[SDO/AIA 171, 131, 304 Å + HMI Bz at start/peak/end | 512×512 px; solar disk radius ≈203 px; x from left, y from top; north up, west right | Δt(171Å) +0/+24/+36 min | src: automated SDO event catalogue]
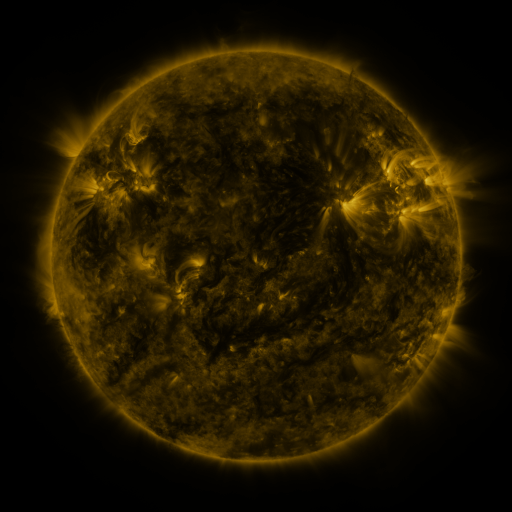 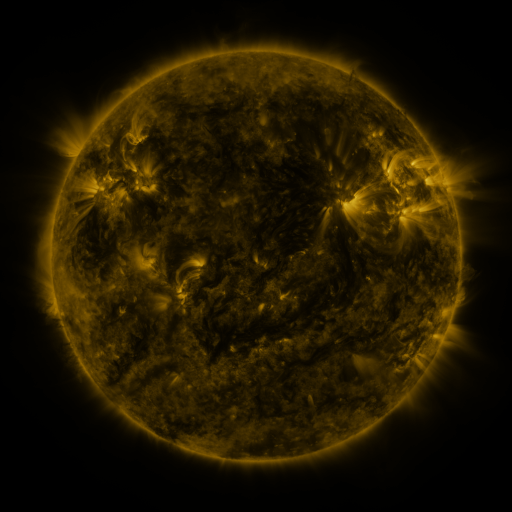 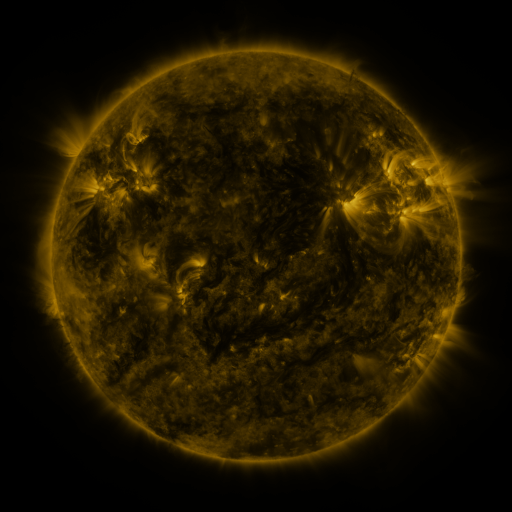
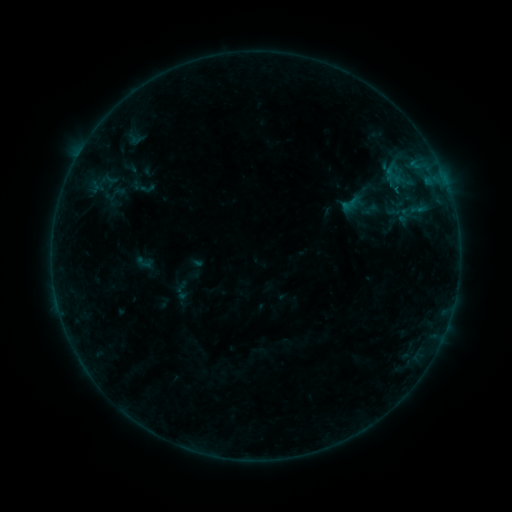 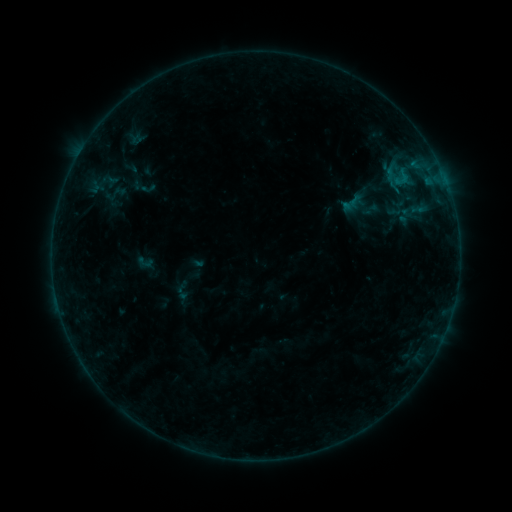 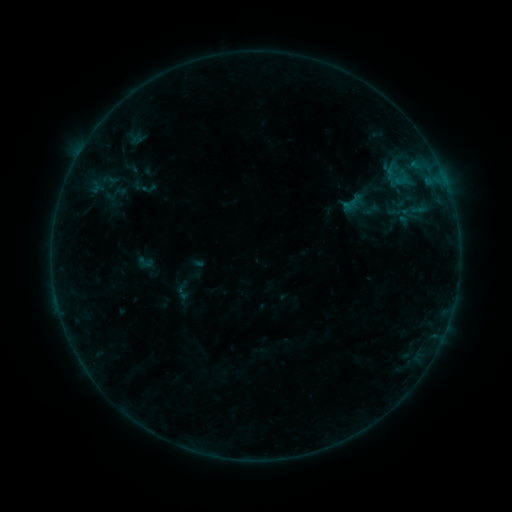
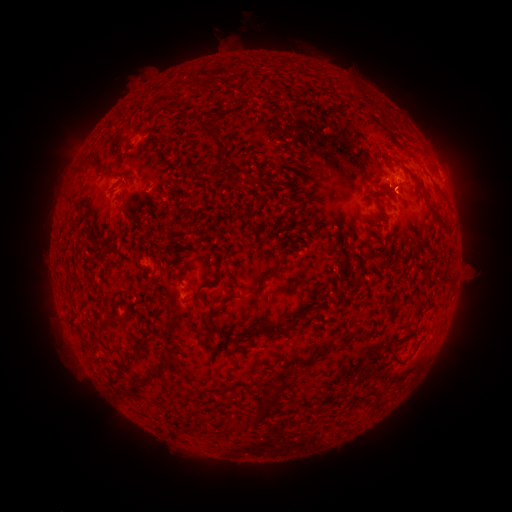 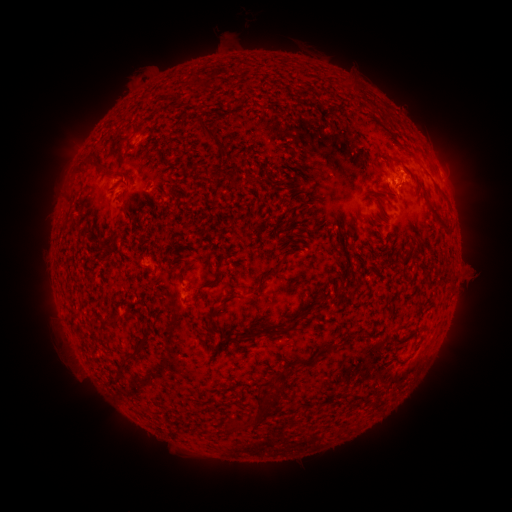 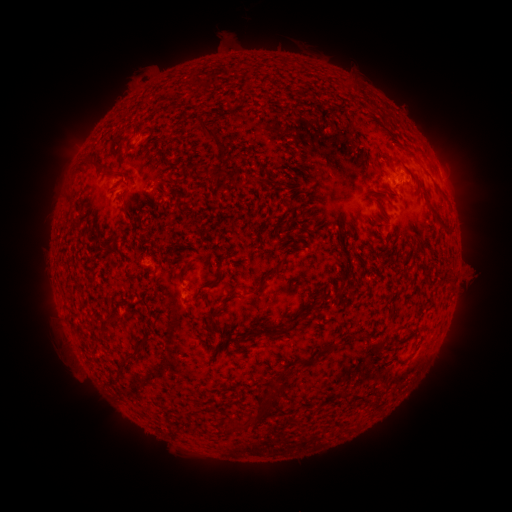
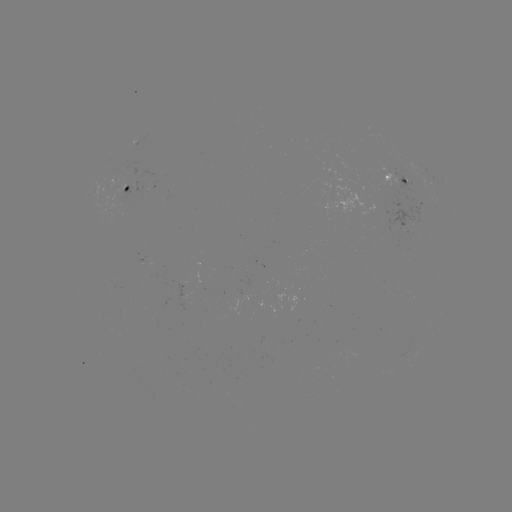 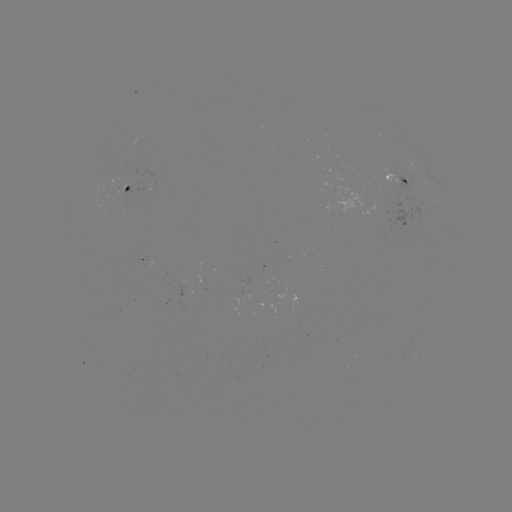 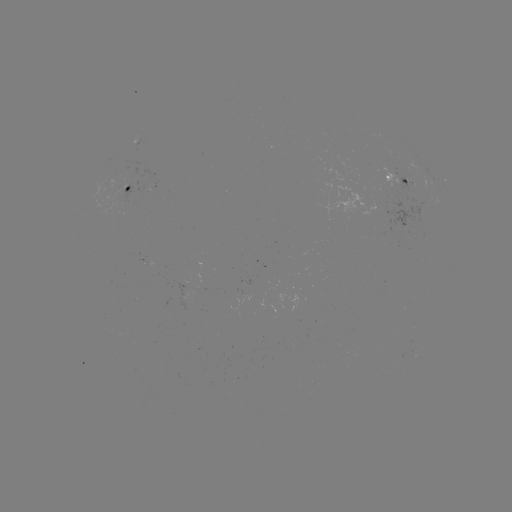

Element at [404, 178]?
B4.6 flare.